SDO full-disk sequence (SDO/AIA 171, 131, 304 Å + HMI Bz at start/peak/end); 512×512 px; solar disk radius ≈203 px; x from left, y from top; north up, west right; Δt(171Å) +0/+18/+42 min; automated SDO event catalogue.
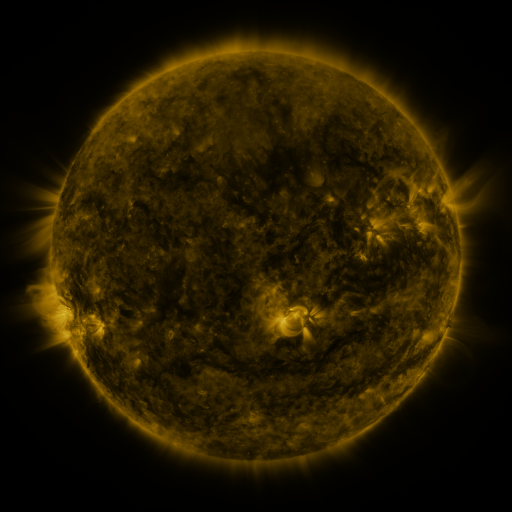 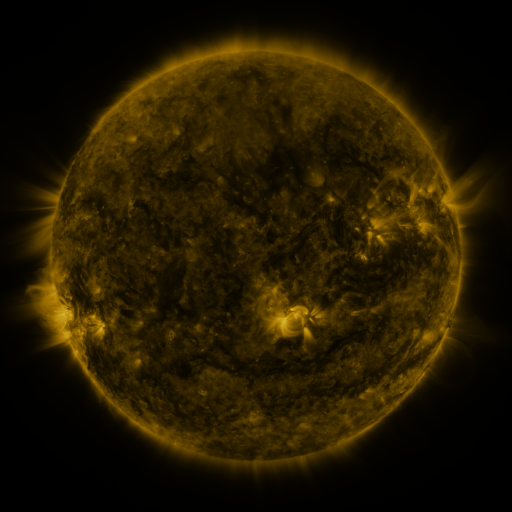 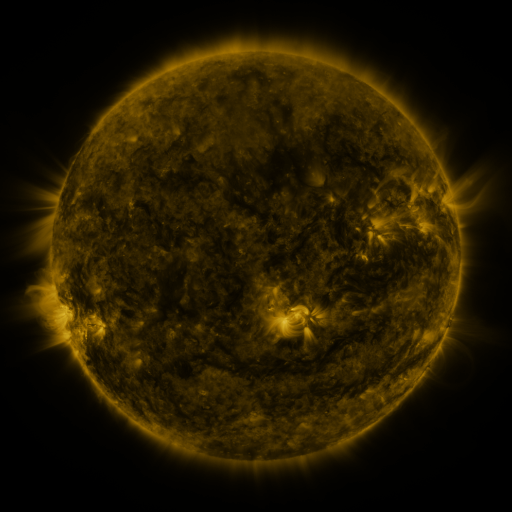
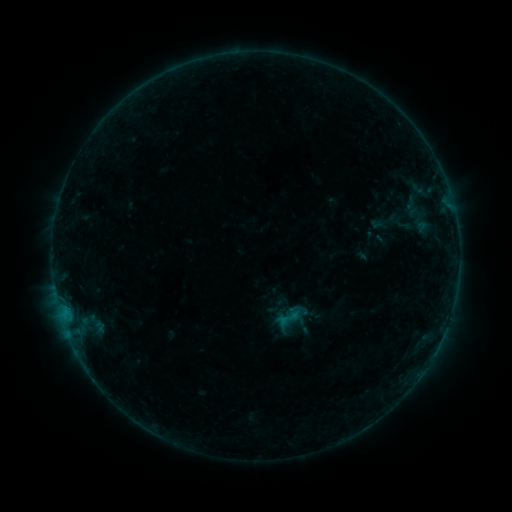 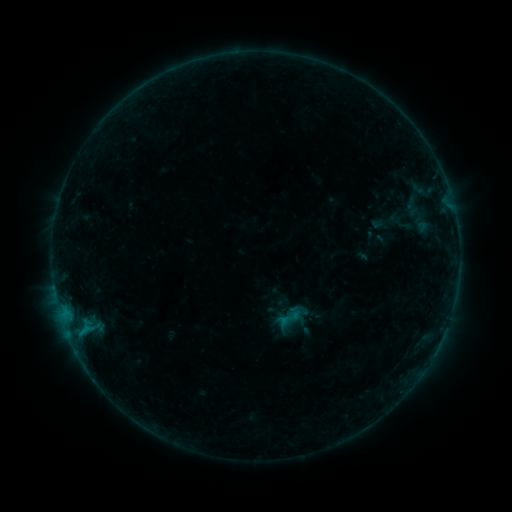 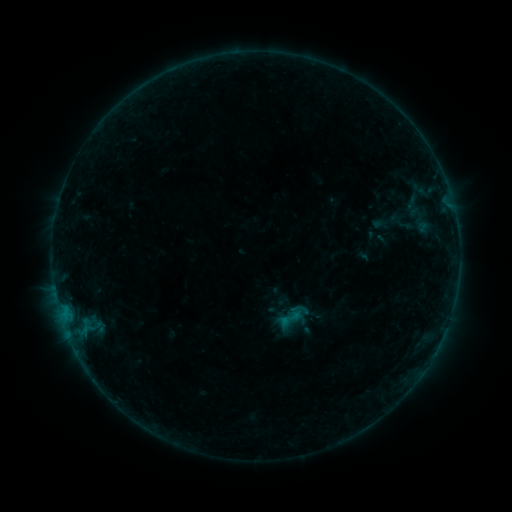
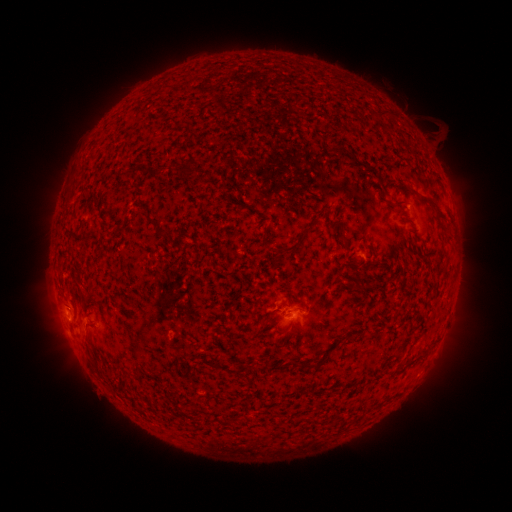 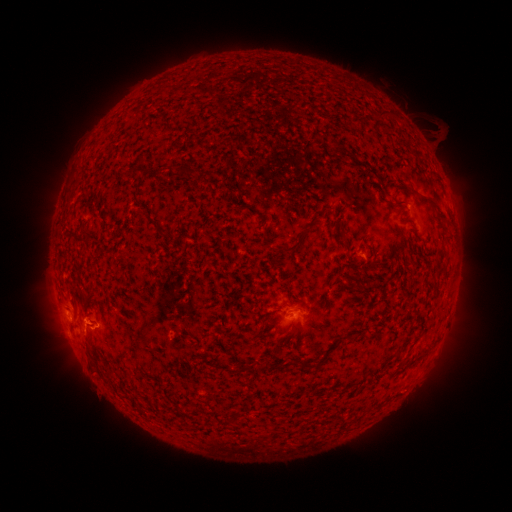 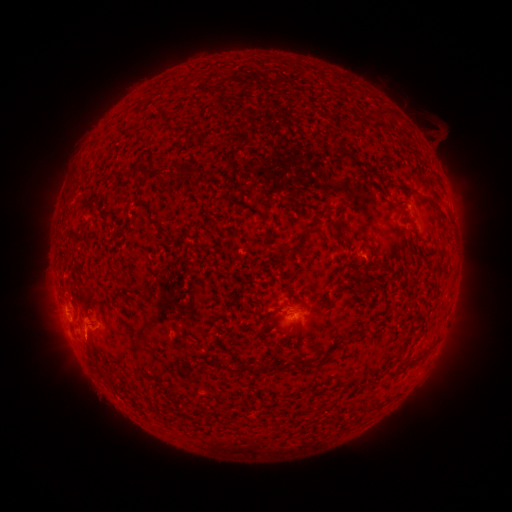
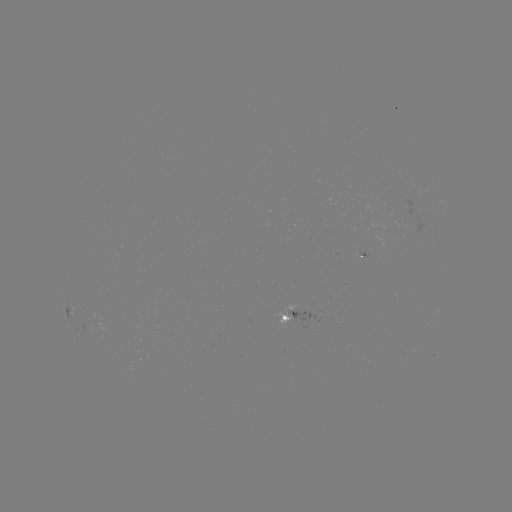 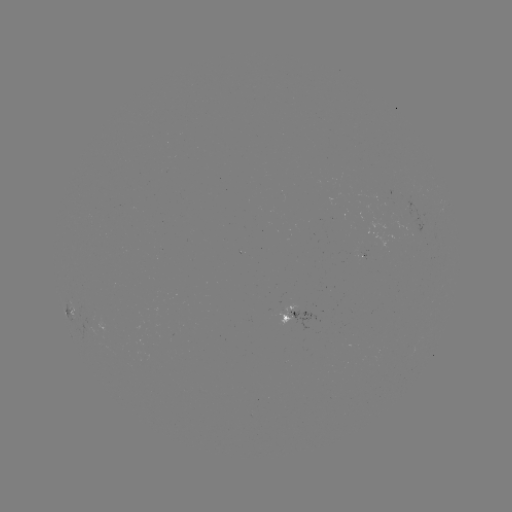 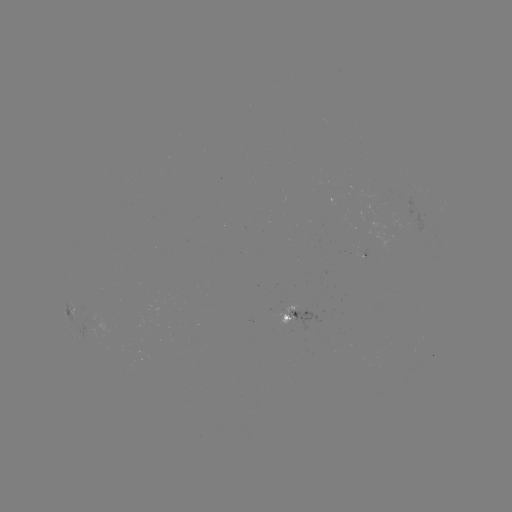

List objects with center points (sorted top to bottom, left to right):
B4.3 flare: (87, 326)
